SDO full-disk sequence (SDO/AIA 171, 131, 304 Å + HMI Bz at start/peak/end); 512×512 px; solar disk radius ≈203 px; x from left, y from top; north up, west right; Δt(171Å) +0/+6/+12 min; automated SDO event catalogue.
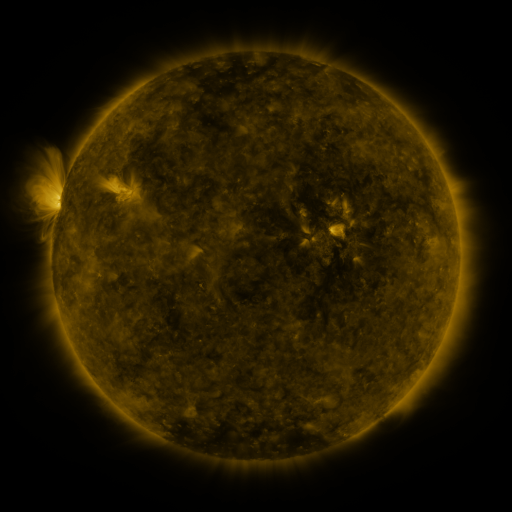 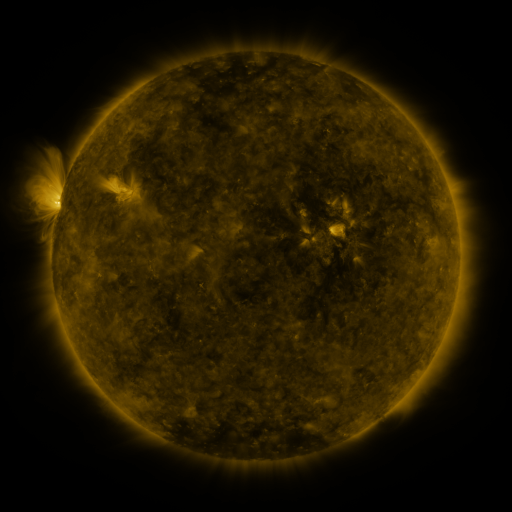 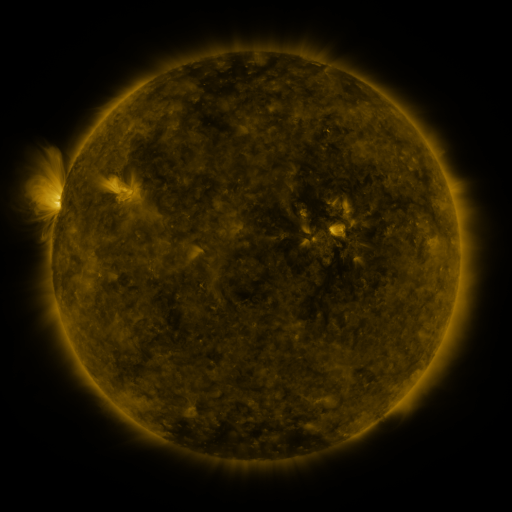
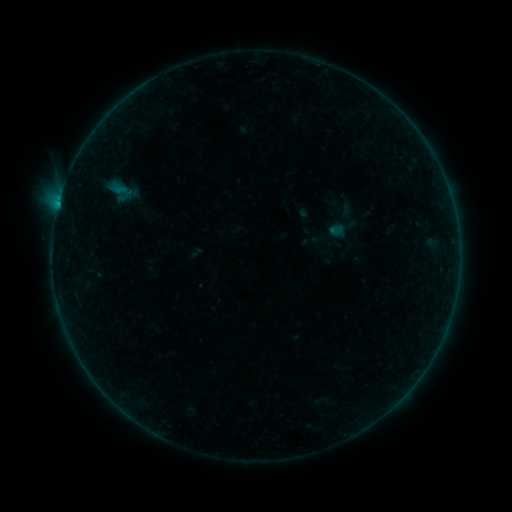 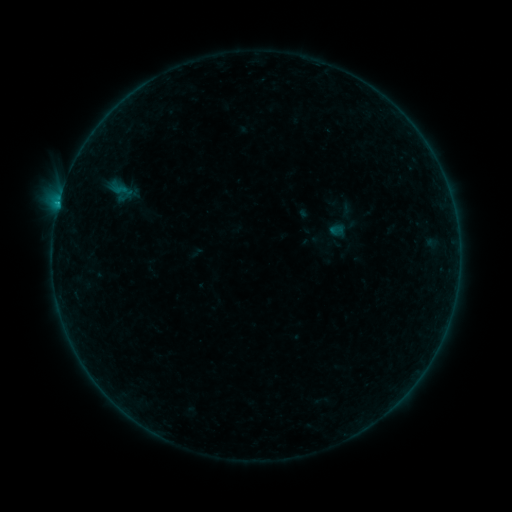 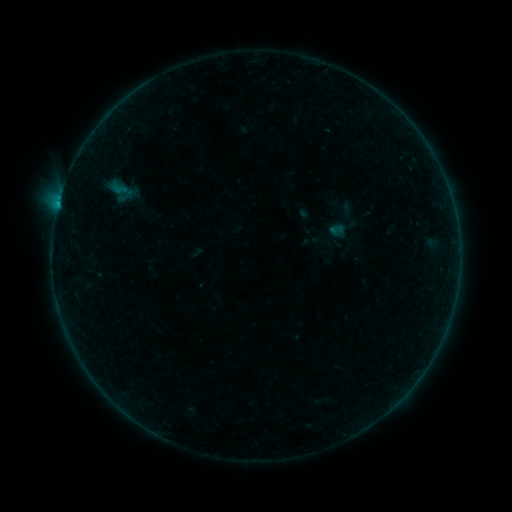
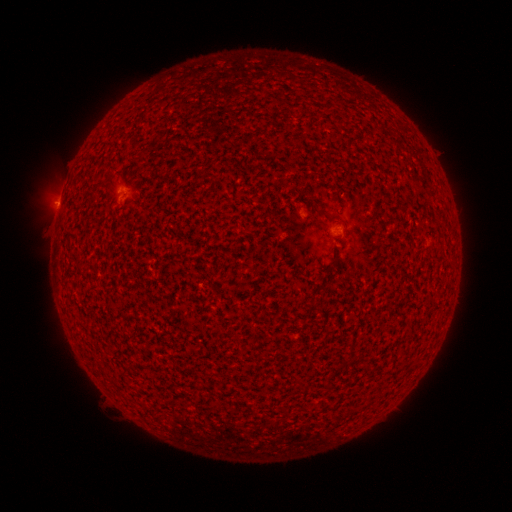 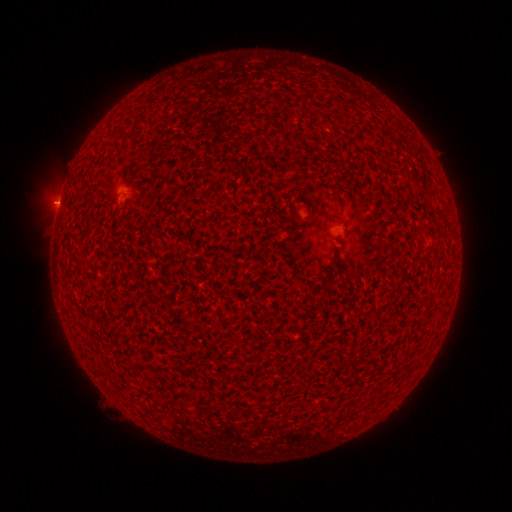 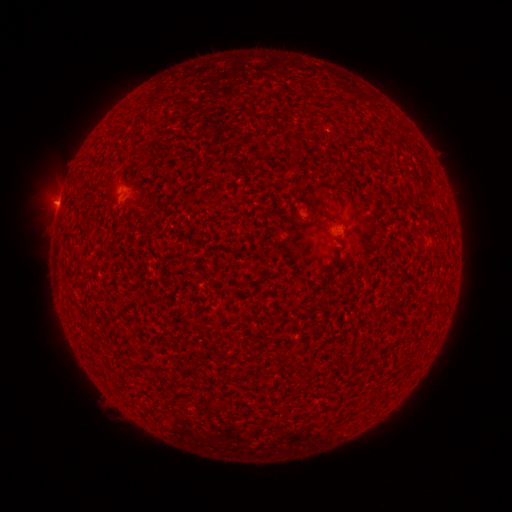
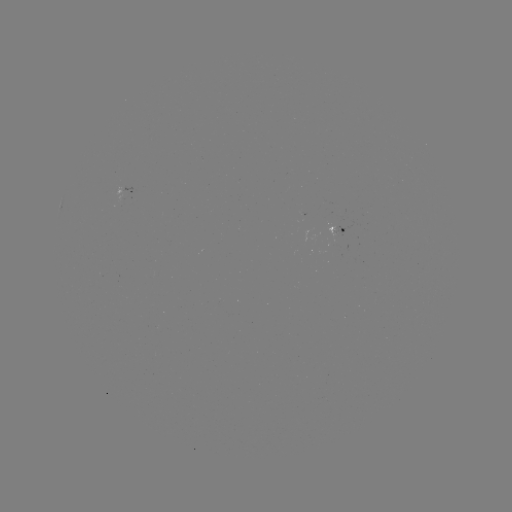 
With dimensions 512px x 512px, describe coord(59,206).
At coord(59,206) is B2.4 flare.